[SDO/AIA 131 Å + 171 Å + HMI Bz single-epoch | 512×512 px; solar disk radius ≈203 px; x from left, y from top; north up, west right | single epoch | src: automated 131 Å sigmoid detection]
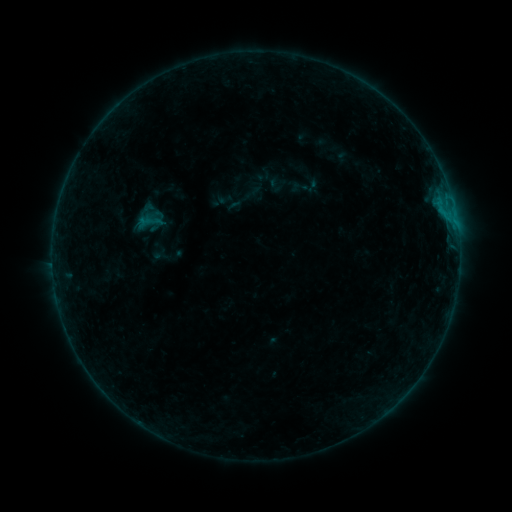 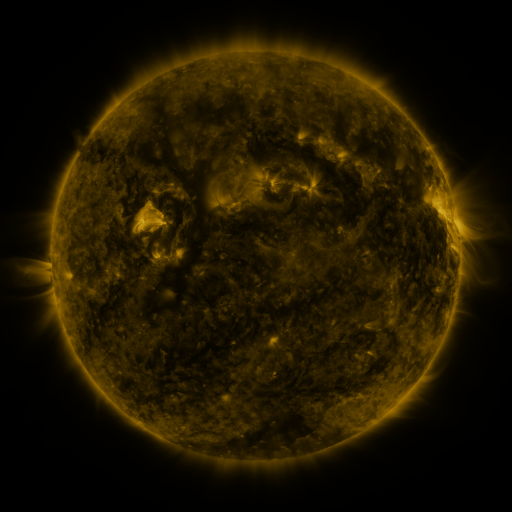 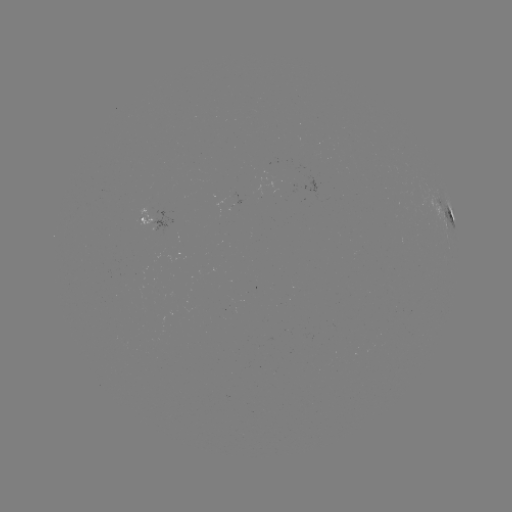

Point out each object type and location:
sigmoid: (149, 222)
